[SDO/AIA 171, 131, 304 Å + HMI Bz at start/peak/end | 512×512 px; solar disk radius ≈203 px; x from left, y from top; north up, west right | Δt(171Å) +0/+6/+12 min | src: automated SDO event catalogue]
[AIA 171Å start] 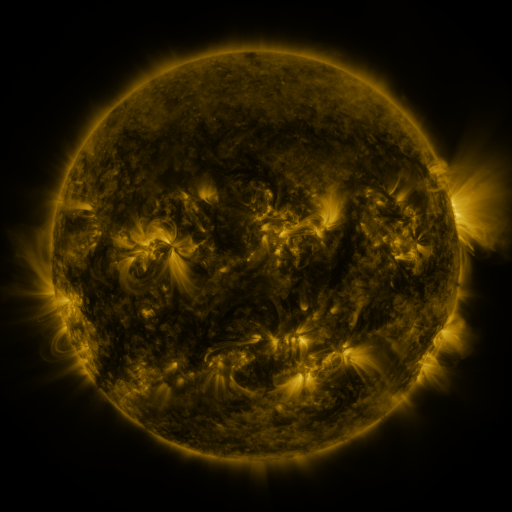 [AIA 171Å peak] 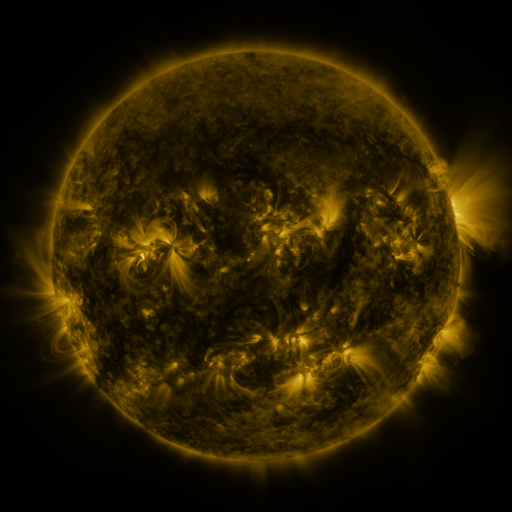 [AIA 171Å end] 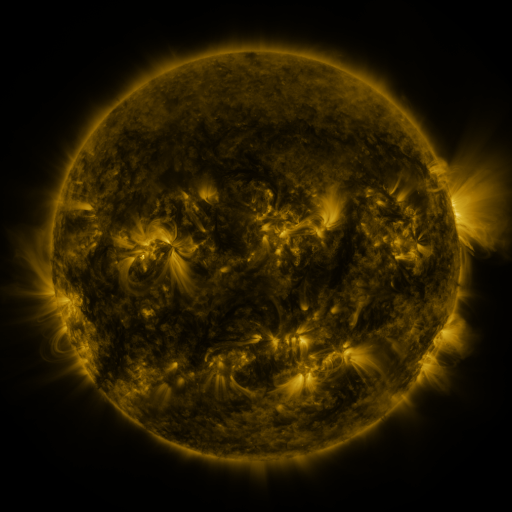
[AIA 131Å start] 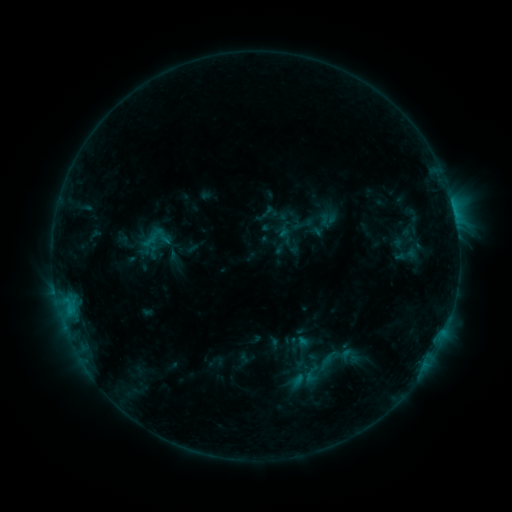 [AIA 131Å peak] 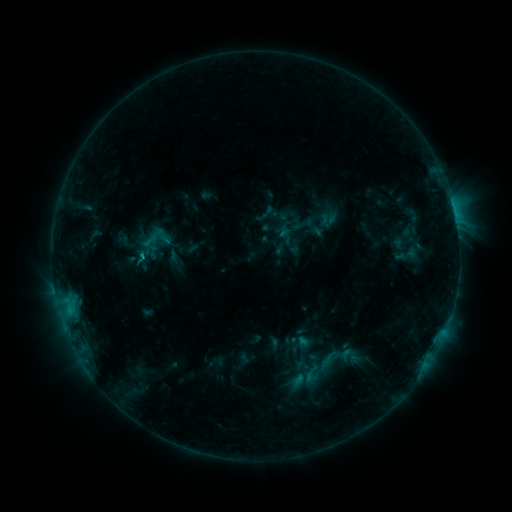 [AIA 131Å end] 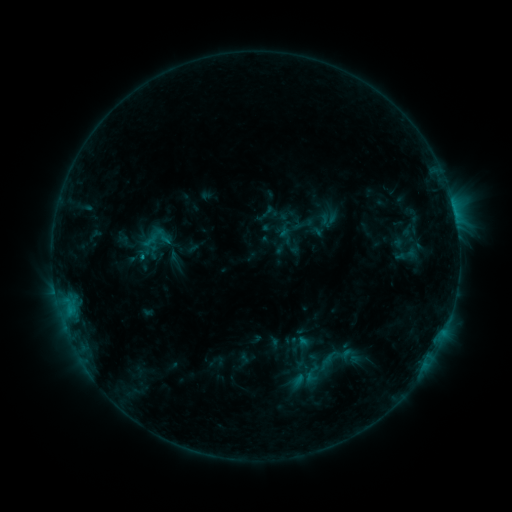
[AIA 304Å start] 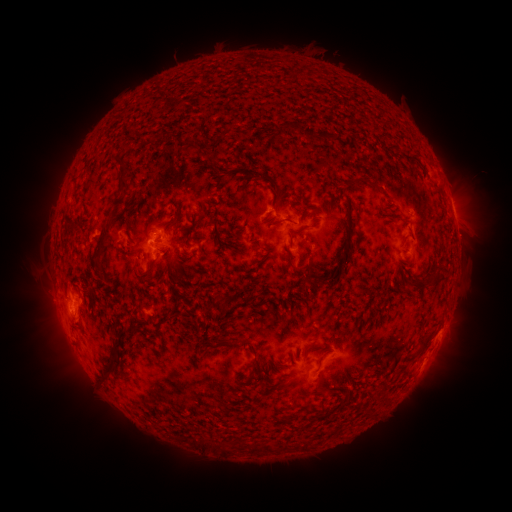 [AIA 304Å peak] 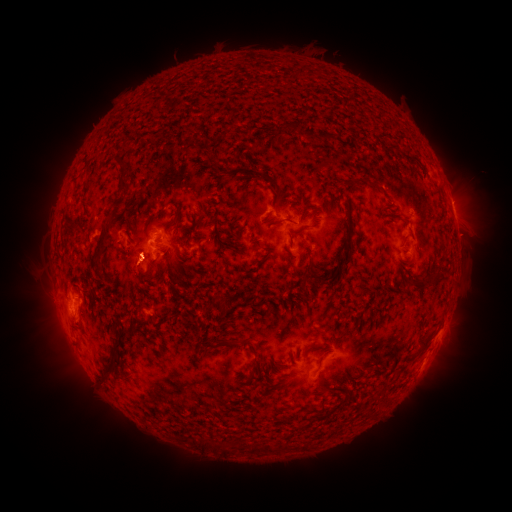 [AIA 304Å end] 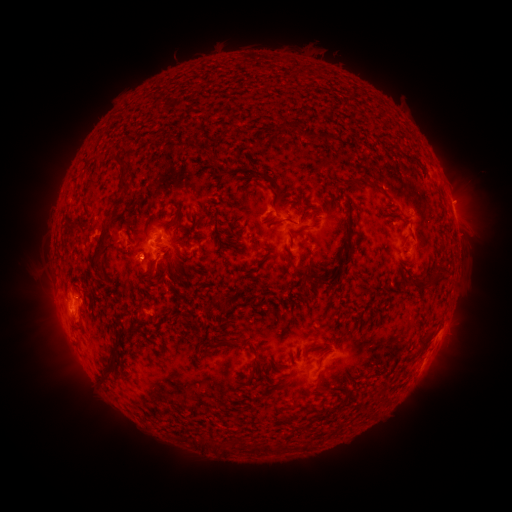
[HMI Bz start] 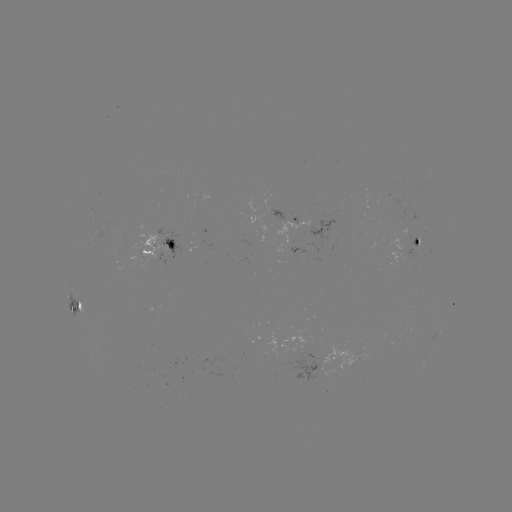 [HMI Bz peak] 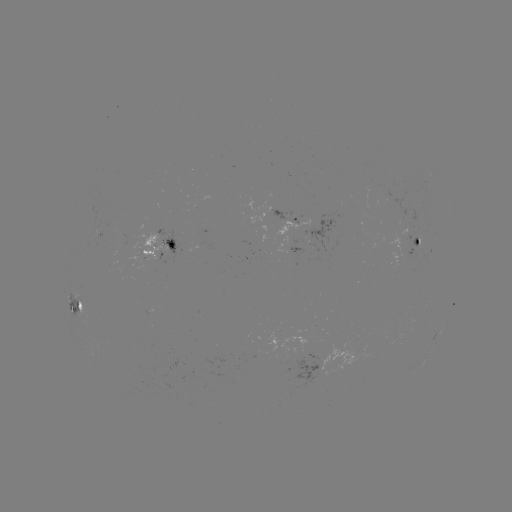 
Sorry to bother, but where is B9.4 flare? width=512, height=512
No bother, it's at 145,261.